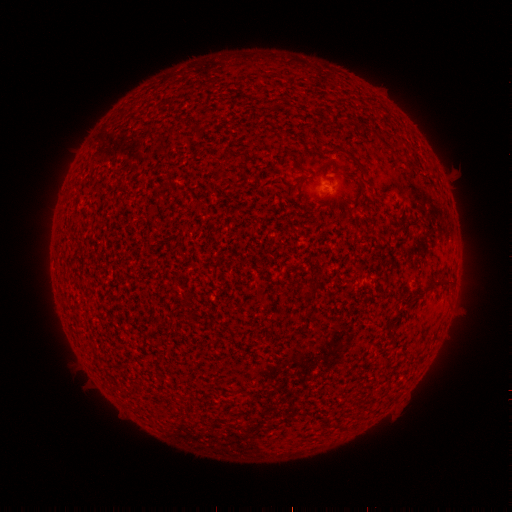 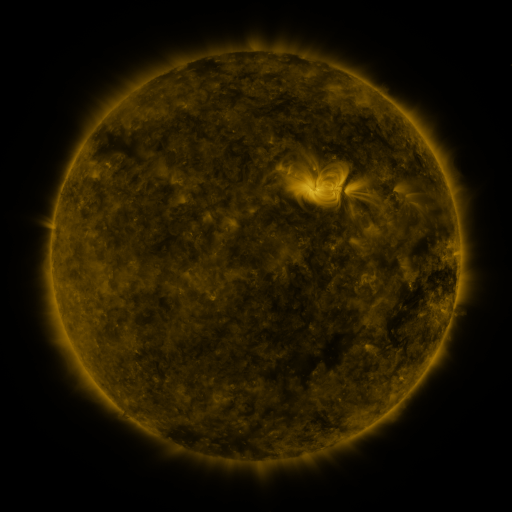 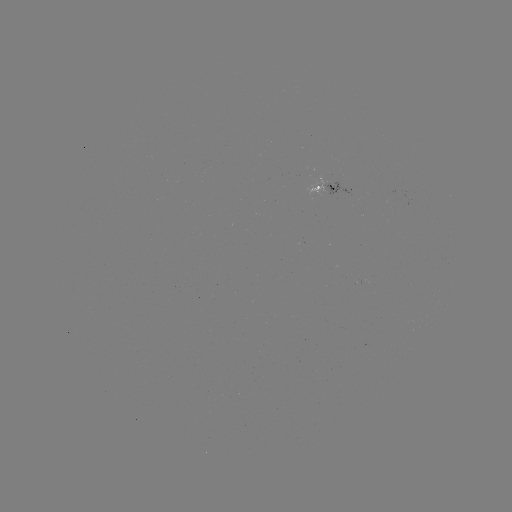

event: spotted active region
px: (331, 185)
